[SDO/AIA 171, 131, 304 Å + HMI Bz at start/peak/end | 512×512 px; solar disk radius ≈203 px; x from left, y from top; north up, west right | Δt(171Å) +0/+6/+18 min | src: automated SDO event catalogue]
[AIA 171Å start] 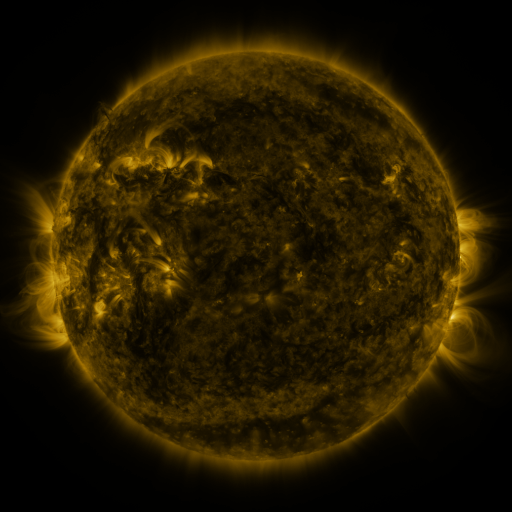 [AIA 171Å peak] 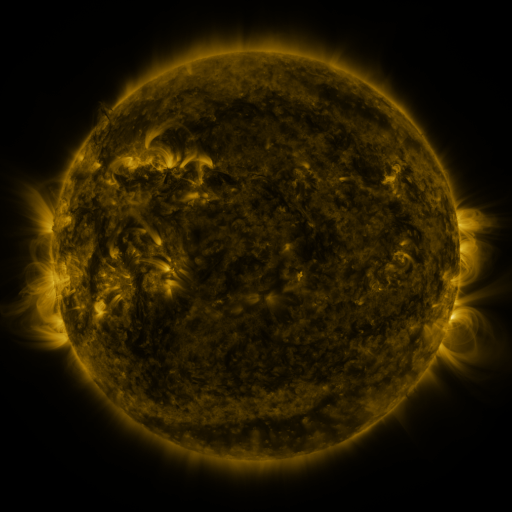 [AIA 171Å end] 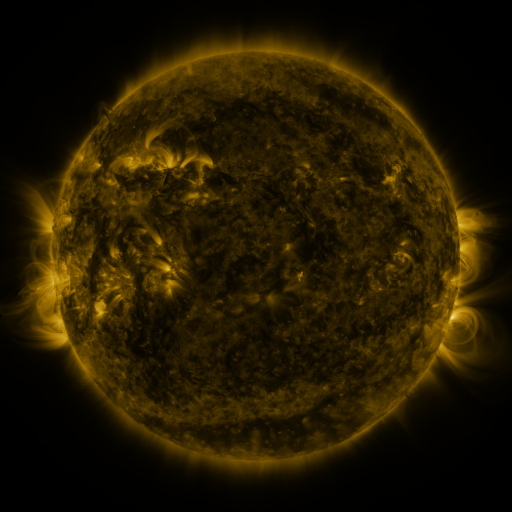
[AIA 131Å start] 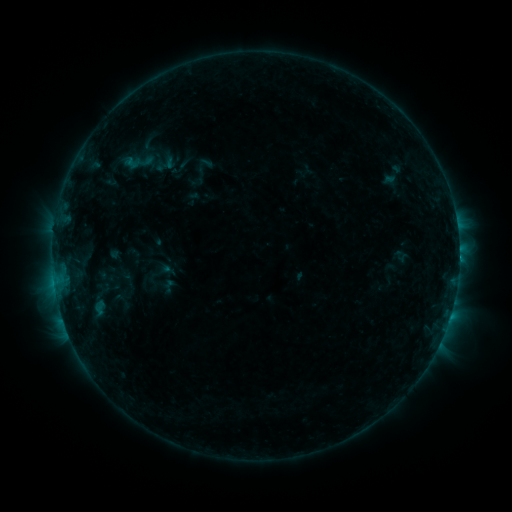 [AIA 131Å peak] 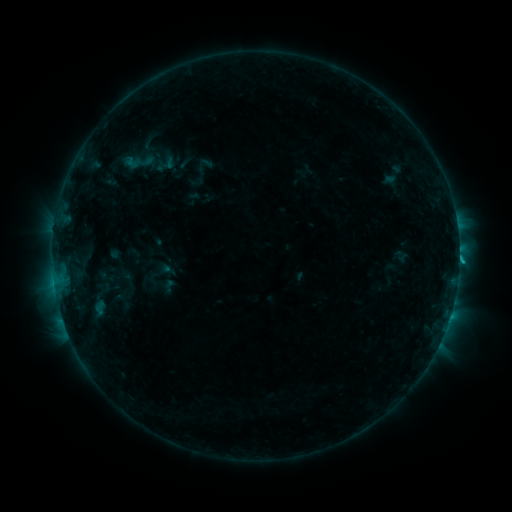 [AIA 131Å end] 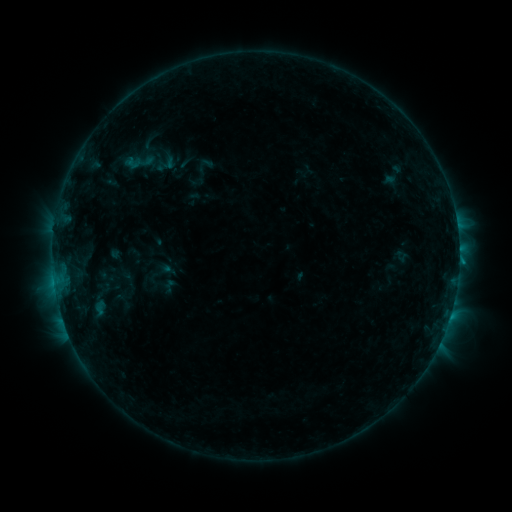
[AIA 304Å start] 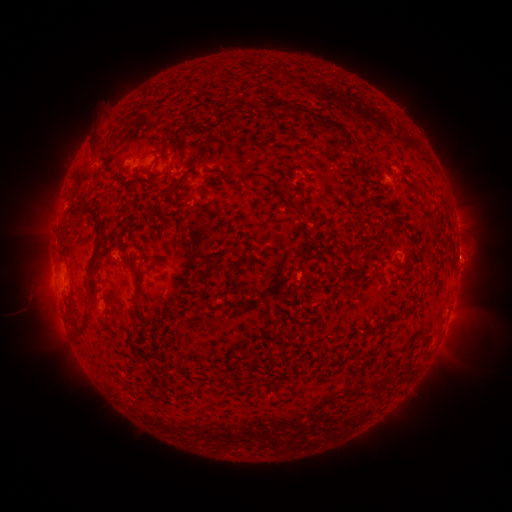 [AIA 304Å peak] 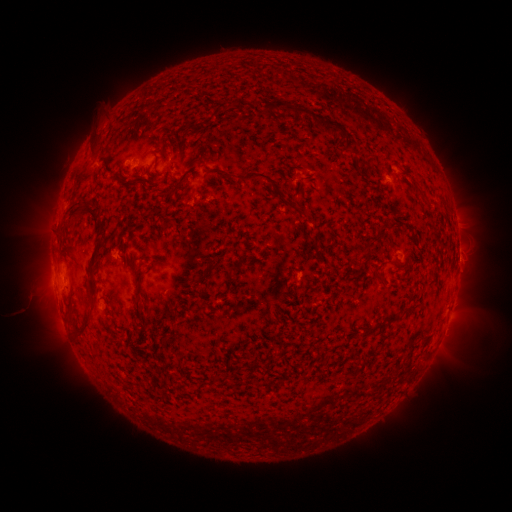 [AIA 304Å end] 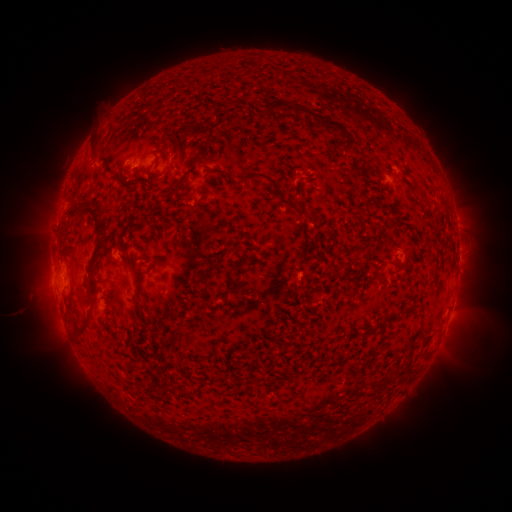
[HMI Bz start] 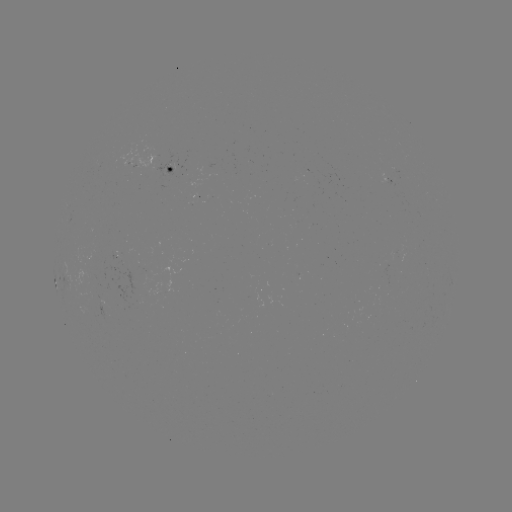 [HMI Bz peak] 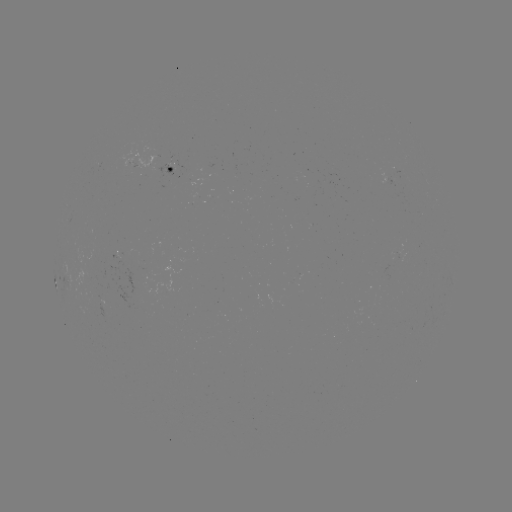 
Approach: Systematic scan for B7.9 flare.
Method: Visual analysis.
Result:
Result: B7.9 flare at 449,304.